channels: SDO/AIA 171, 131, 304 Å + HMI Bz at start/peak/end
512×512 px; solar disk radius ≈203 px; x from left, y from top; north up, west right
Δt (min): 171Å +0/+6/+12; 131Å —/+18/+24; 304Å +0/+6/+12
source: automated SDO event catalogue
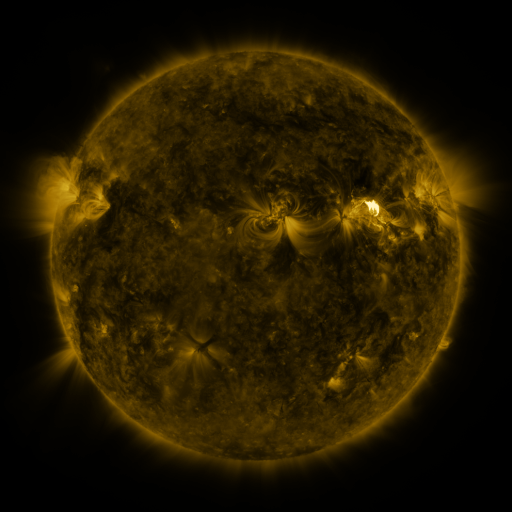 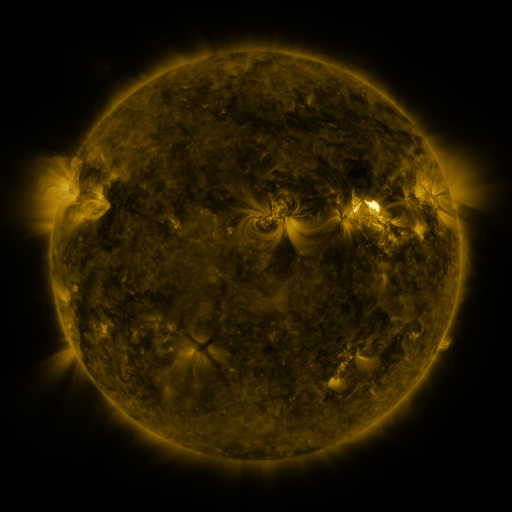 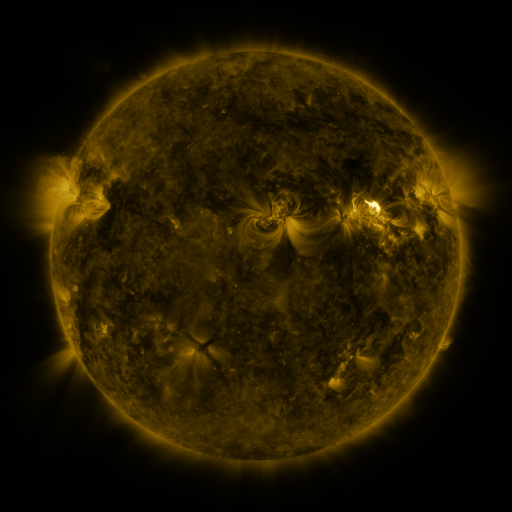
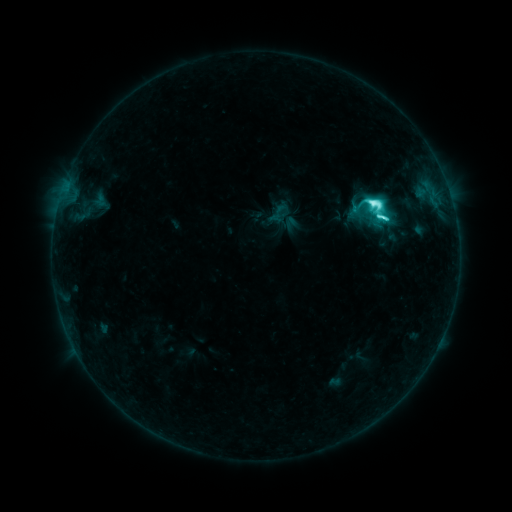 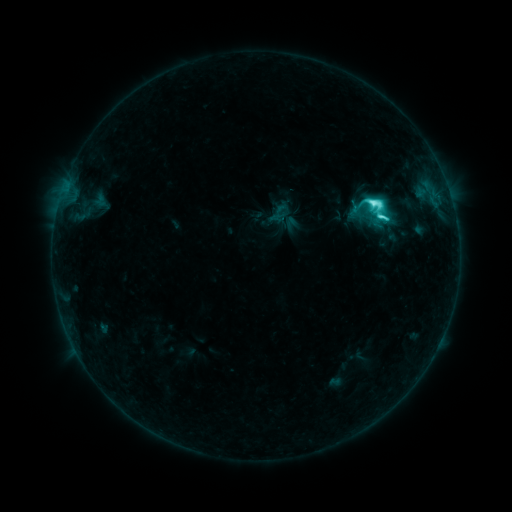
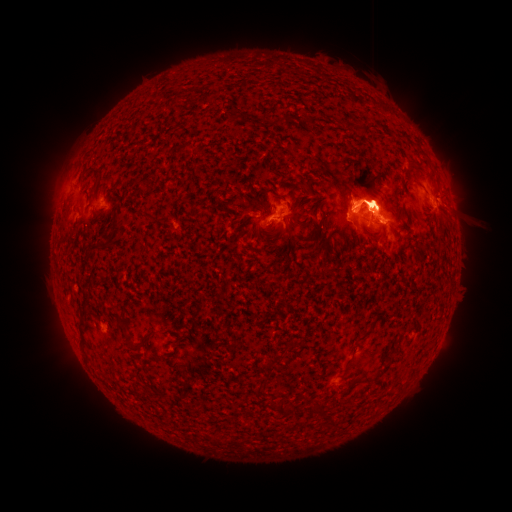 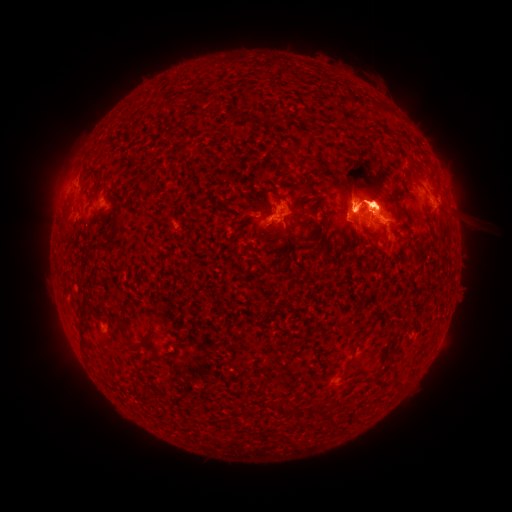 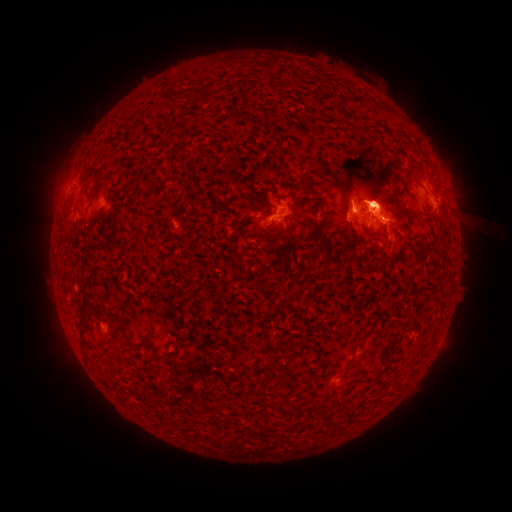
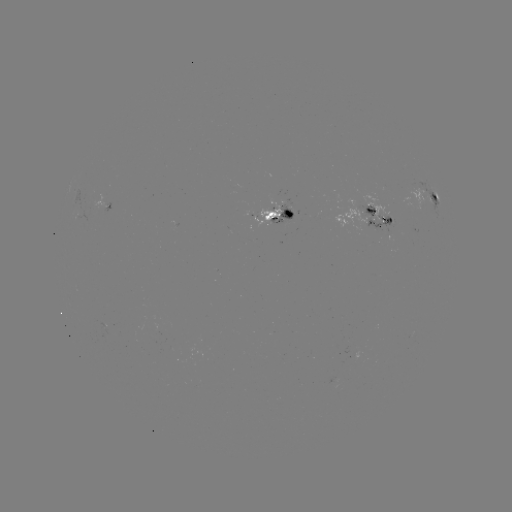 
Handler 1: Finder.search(eruption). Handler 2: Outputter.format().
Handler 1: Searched eruption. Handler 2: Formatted (458, 192).